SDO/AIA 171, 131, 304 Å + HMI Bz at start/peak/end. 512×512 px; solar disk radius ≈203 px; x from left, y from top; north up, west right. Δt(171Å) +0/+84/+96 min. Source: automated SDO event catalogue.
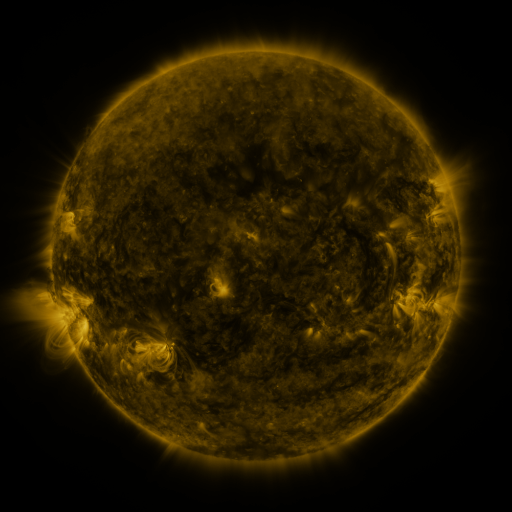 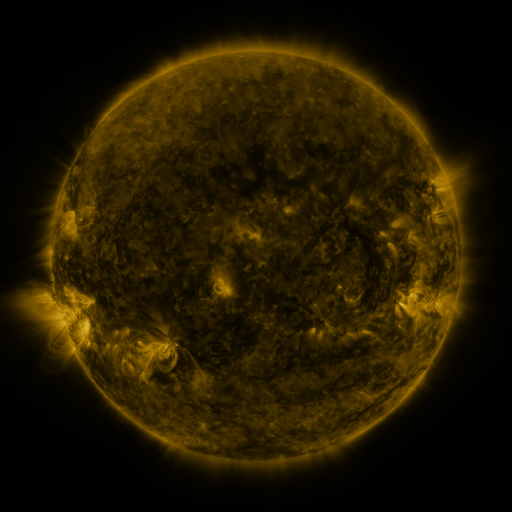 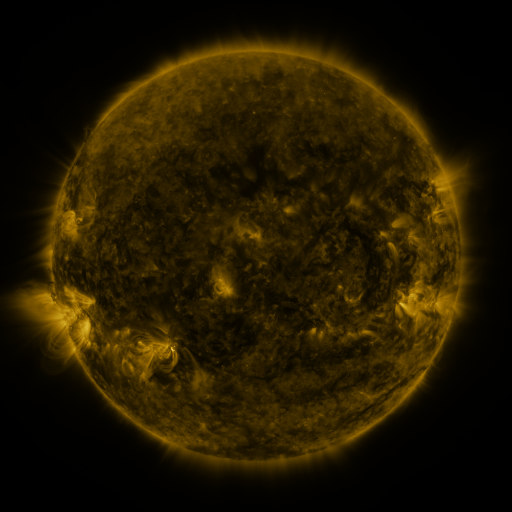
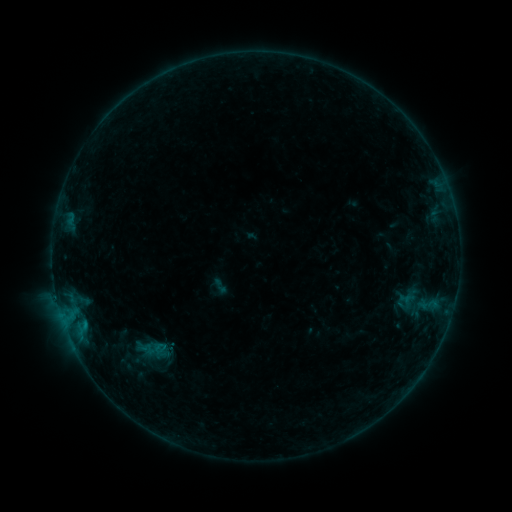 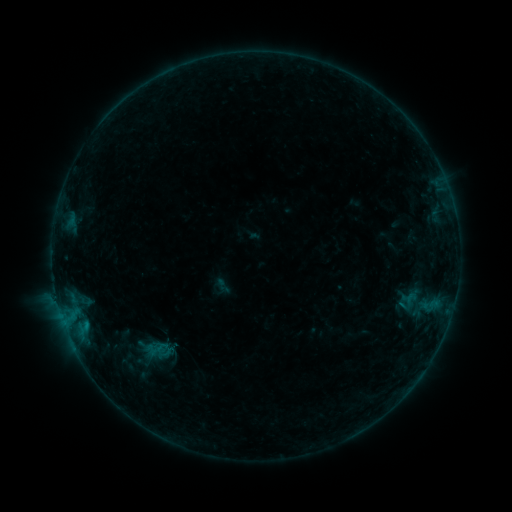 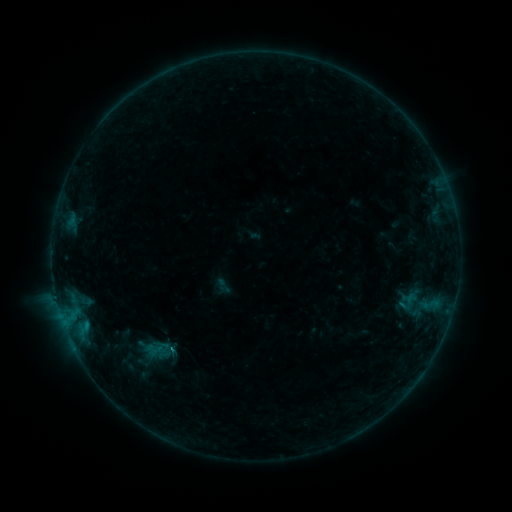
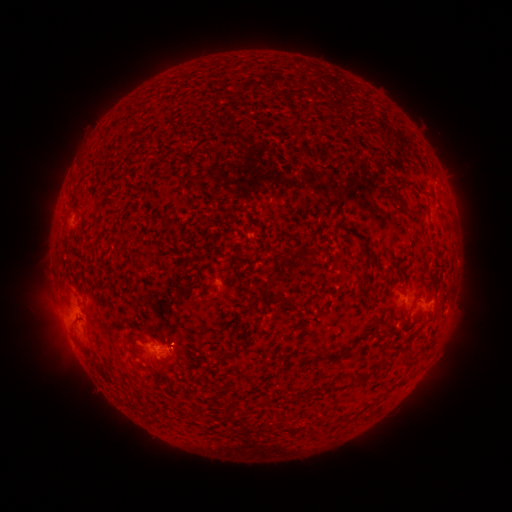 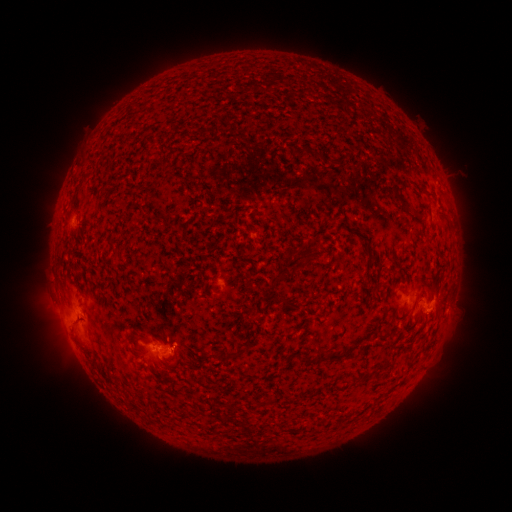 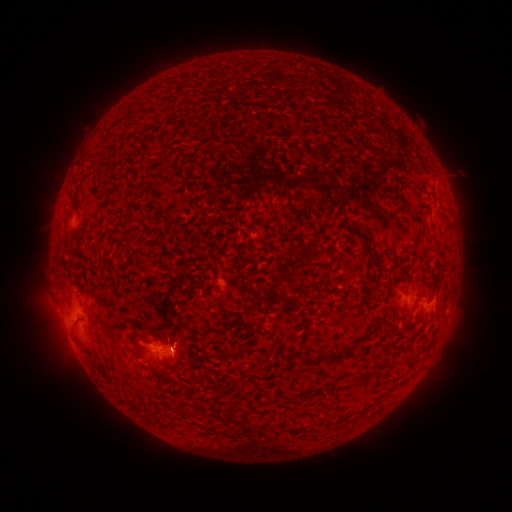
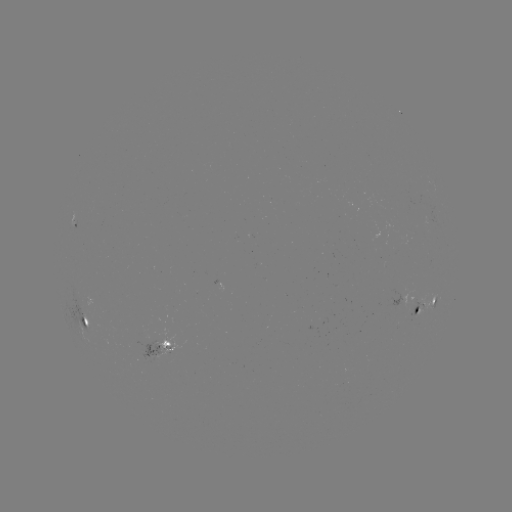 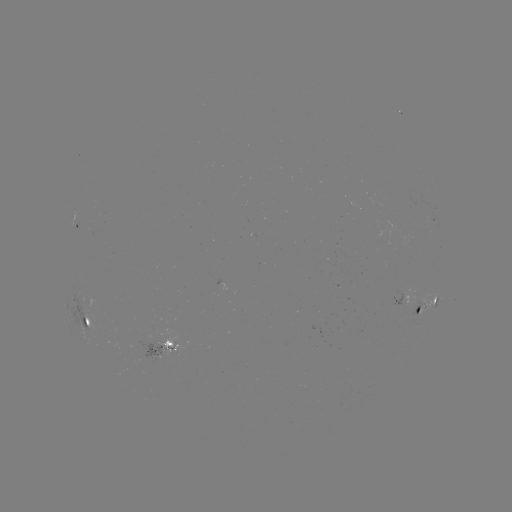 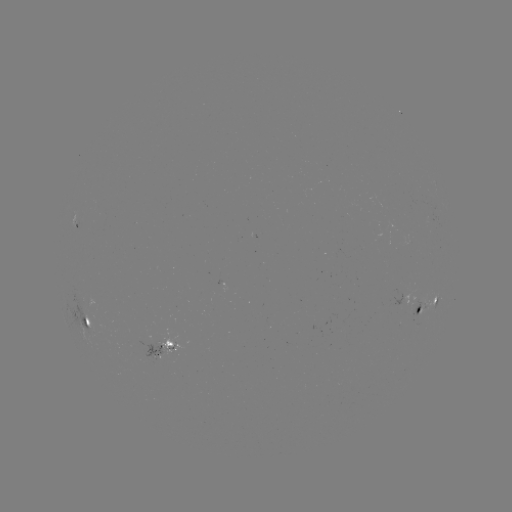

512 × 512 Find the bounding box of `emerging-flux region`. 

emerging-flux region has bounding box [155, 332, 187, 359].